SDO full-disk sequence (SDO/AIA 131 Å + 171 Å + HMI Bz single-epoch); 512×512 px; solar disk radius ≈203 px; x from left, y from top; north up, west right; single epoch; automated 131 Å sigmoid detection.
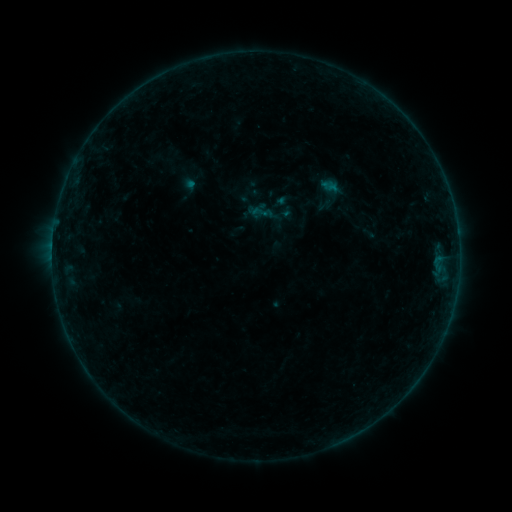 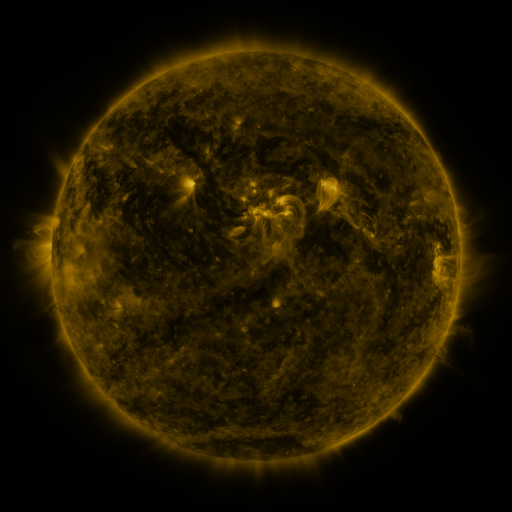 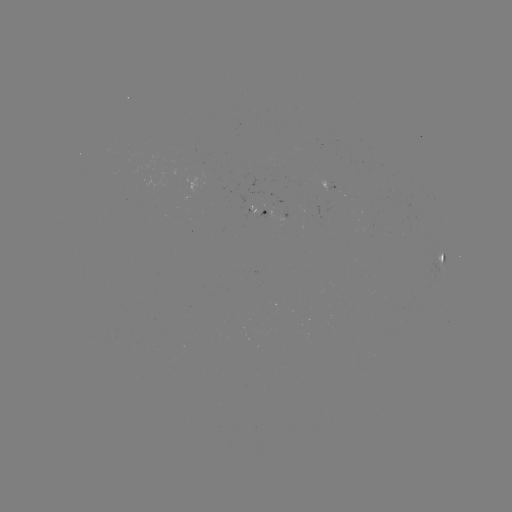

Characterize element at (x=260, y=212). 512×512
sigmoid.